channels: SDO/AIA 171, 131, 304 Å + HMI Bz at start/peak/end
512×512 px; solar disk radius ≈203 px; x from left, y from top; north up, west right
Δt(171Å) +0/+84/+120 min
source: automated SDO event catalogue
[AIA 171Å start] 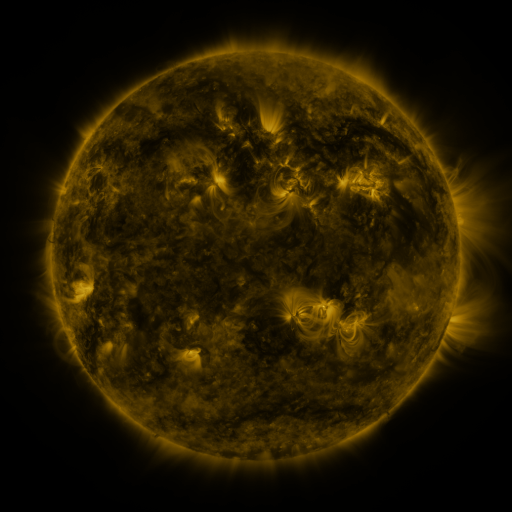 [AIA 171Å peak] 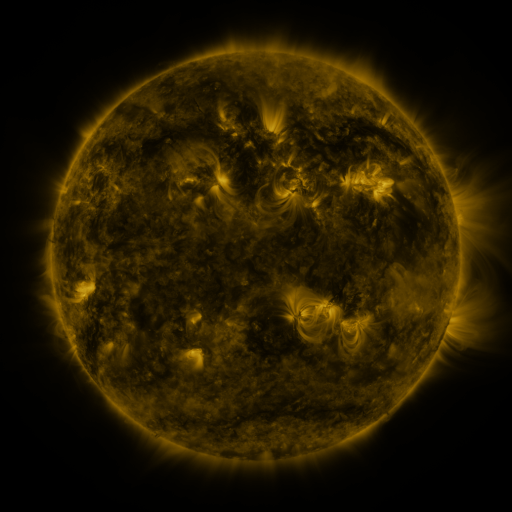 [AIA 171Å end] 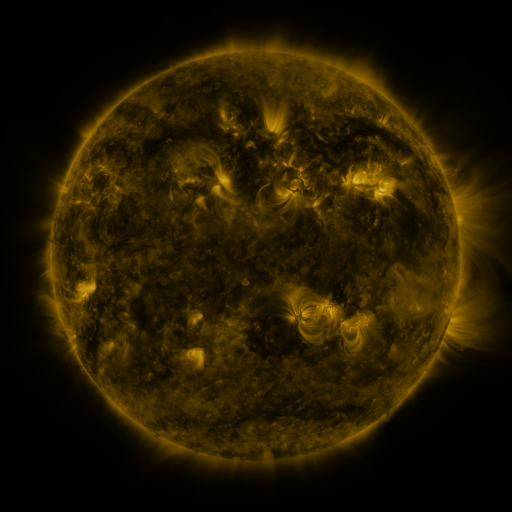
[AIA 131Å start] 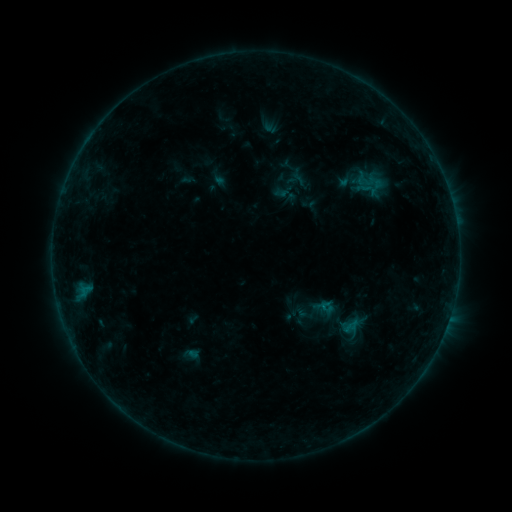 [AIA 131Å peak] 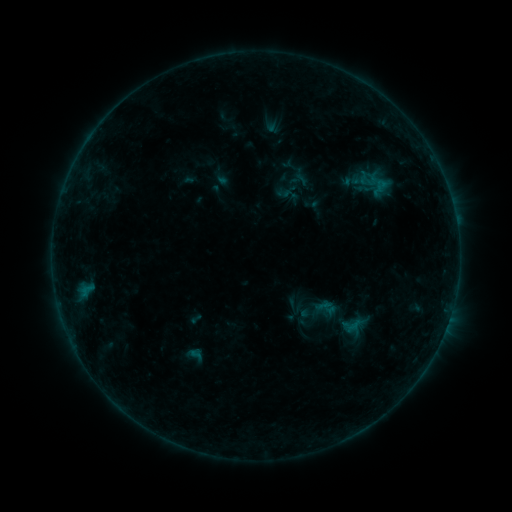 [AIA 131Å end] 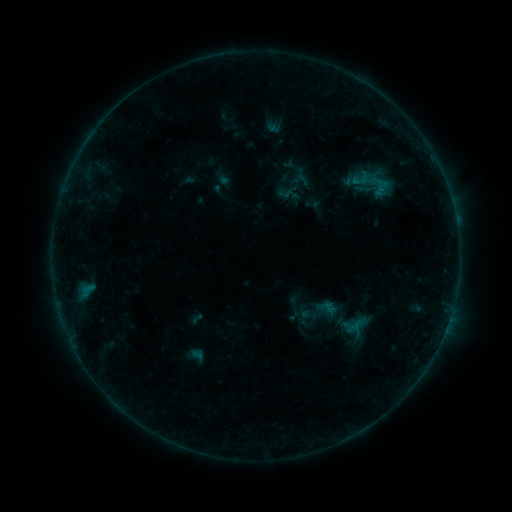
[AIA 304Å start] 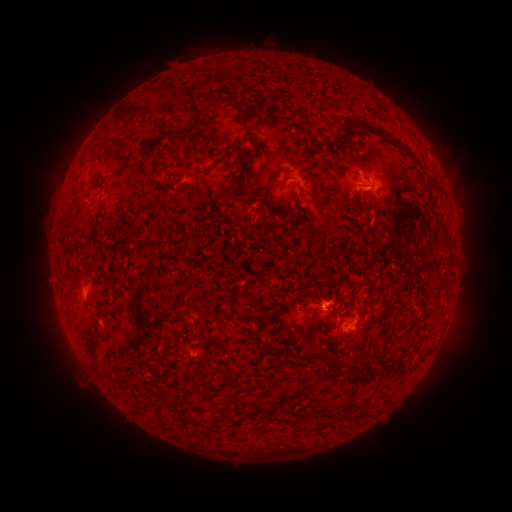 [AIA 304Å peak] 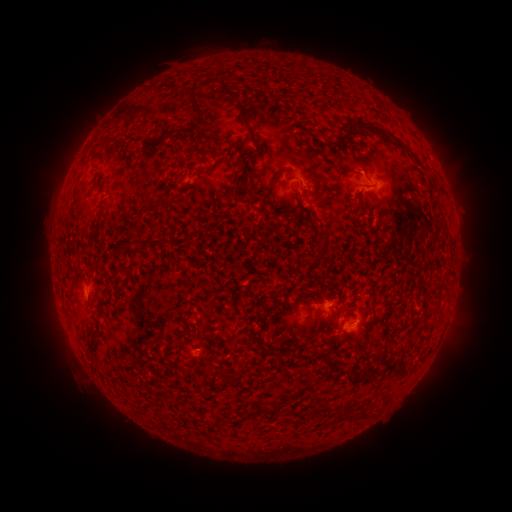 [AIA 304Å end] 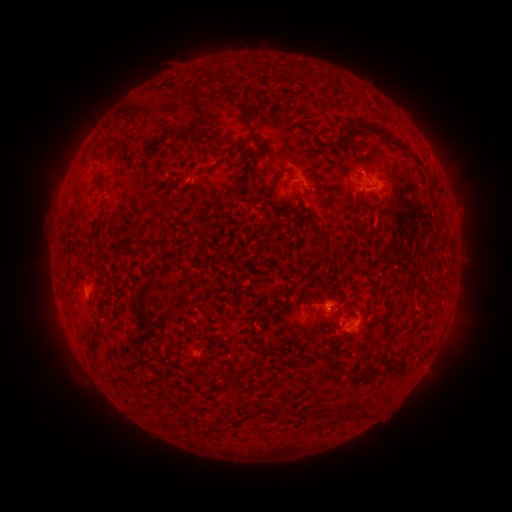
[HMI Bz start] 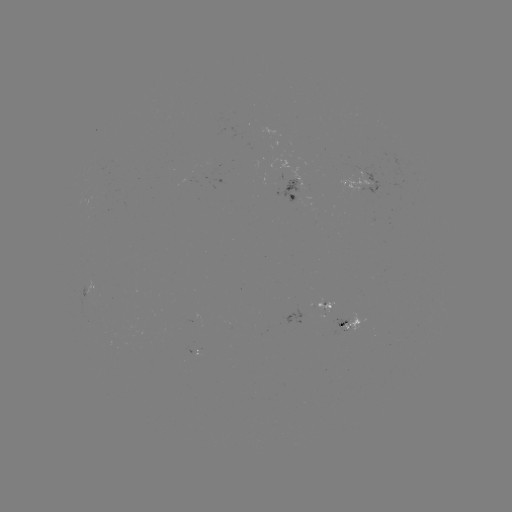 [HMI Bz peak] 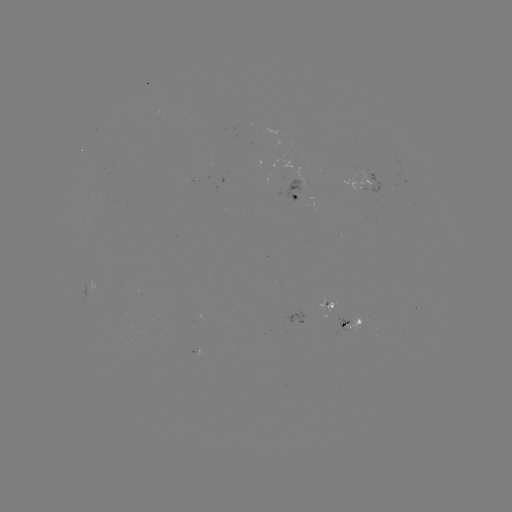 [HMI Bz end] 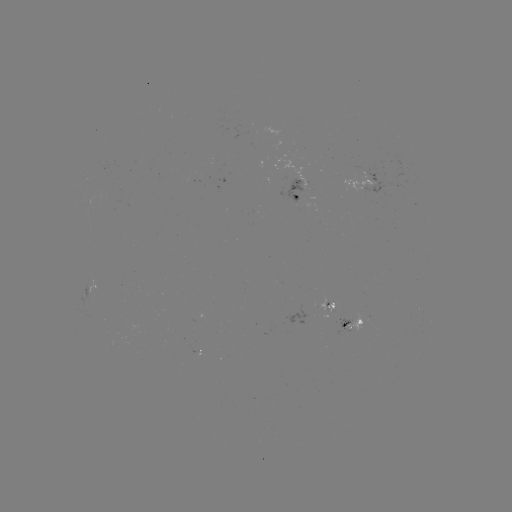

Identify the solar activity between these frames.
emerging-flux region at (329, 308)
